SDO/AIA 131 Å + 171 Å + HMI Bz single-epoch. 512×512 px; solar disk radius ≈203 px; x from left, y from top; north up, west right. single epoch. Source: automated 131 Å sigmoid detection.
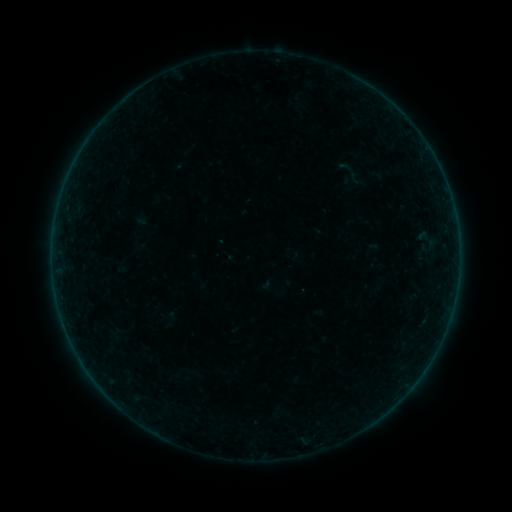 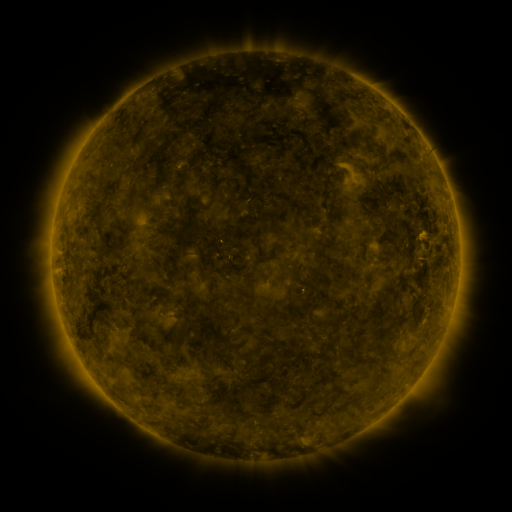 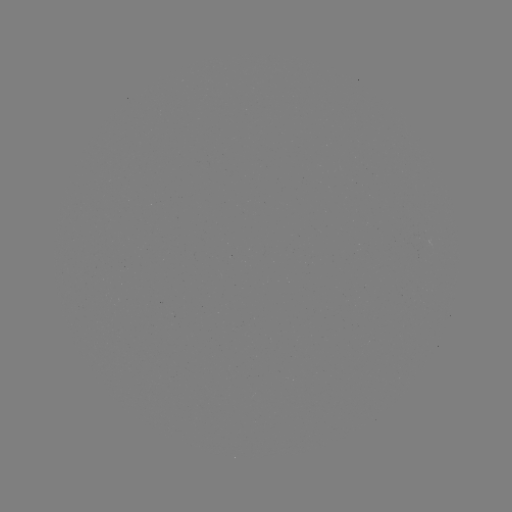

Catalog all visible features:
sigmoid: (351, 172)
